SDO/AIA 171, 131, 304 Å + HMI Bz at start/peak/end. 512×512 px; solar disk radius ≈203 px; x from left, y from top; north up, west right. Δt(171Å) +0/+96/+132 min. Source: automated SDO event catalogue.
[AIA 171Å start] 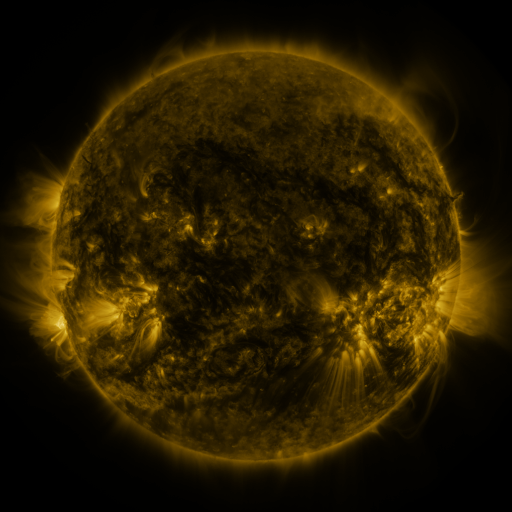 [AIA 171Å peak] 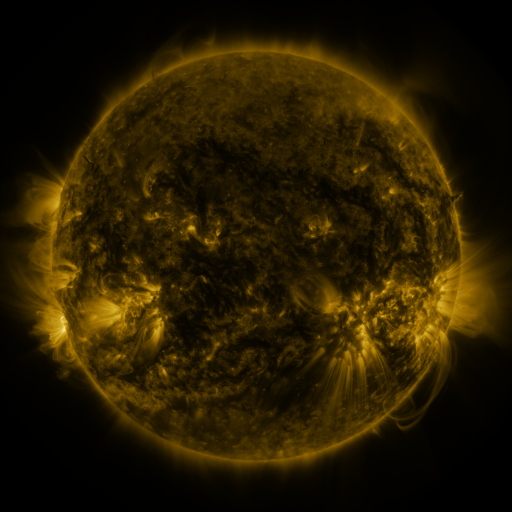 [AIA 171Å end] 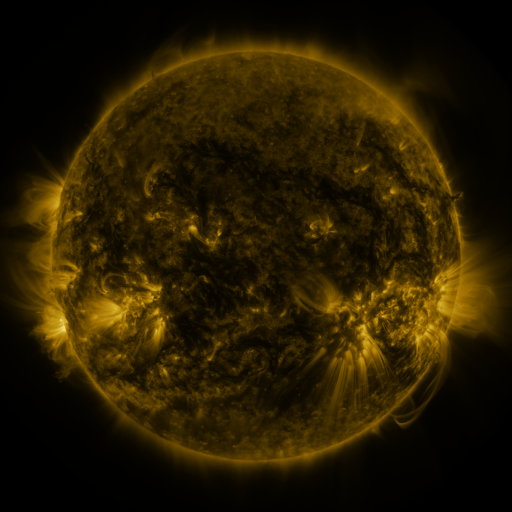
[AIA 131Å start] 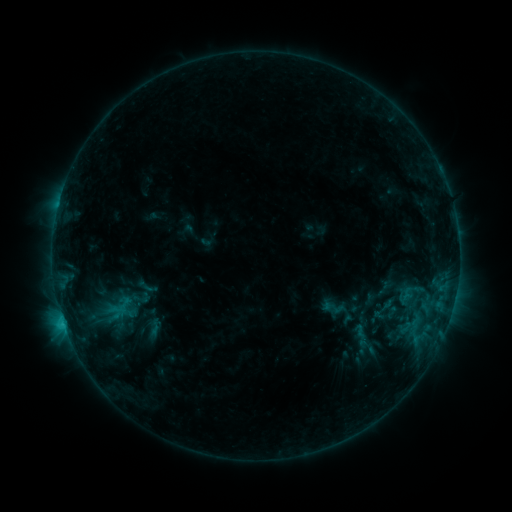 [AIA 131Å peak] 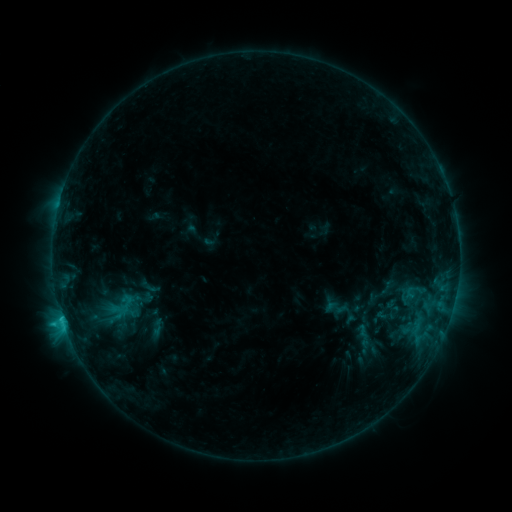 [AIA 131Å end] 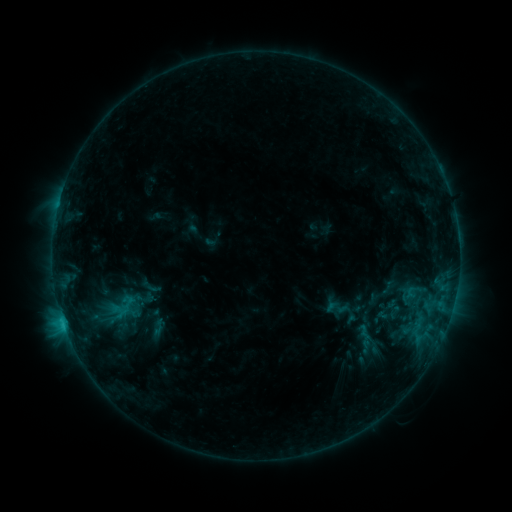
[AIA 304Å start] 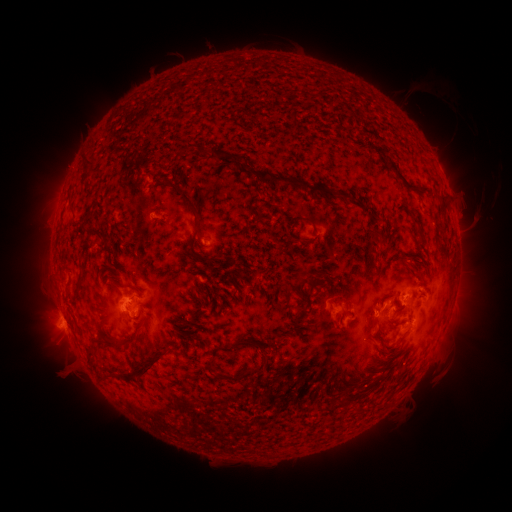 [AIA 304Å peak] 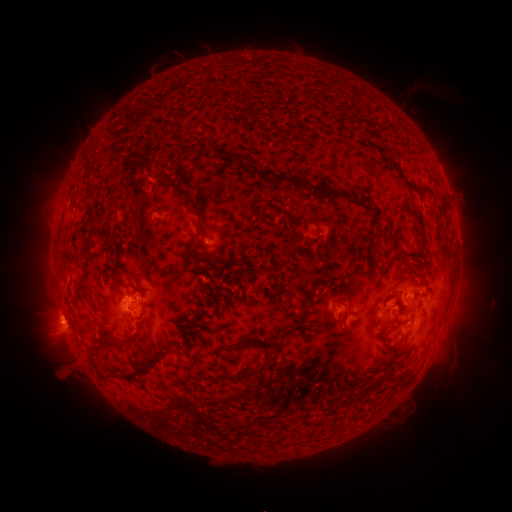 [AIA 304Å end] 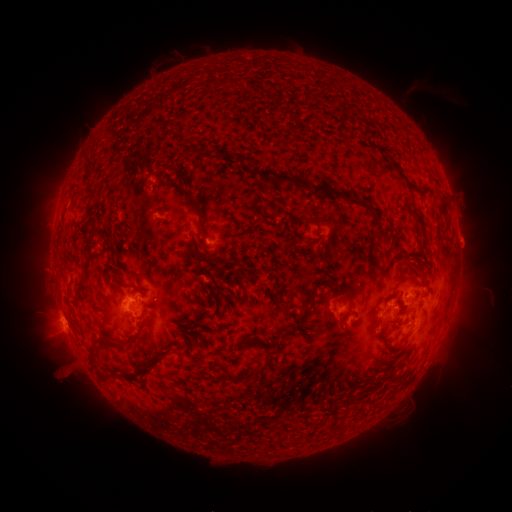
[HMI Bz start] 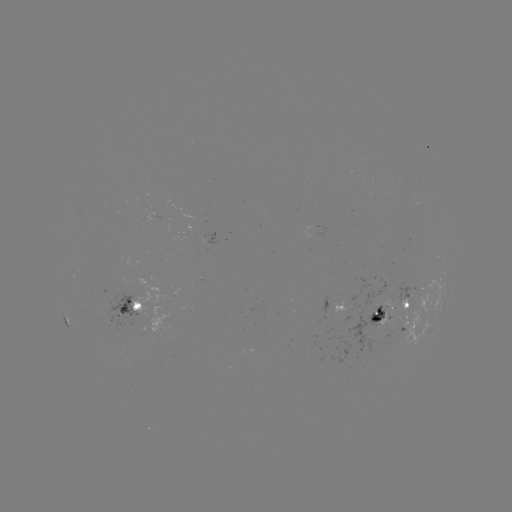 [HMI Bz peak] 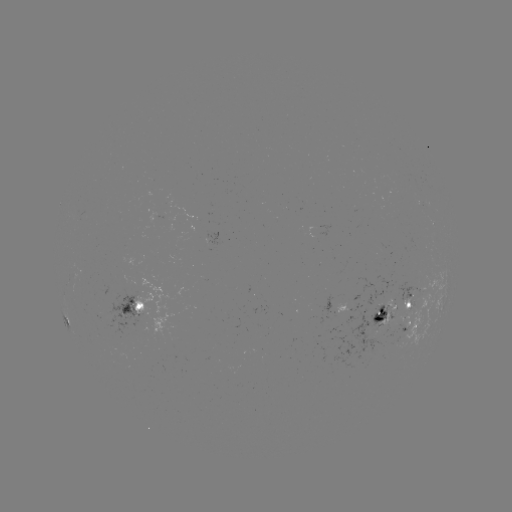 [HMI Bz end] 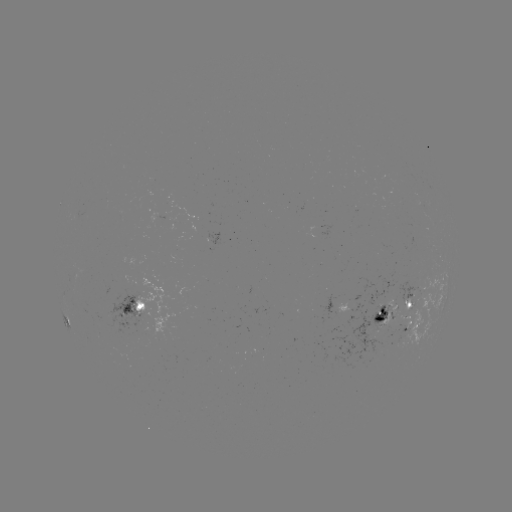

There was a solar emerging-flux region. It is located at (393, 307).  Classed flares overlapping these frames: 2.